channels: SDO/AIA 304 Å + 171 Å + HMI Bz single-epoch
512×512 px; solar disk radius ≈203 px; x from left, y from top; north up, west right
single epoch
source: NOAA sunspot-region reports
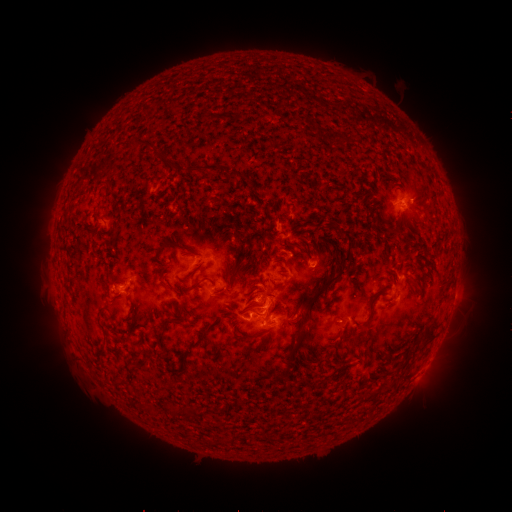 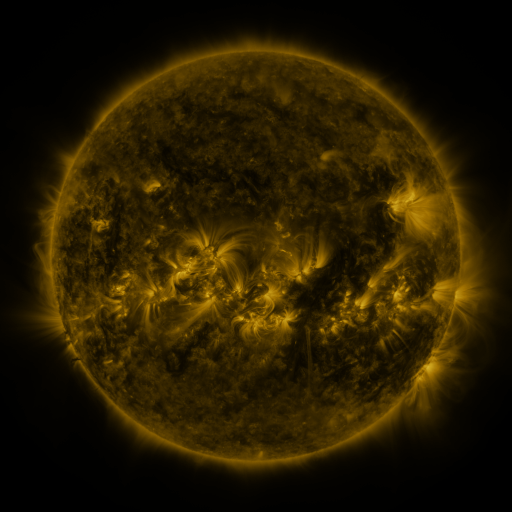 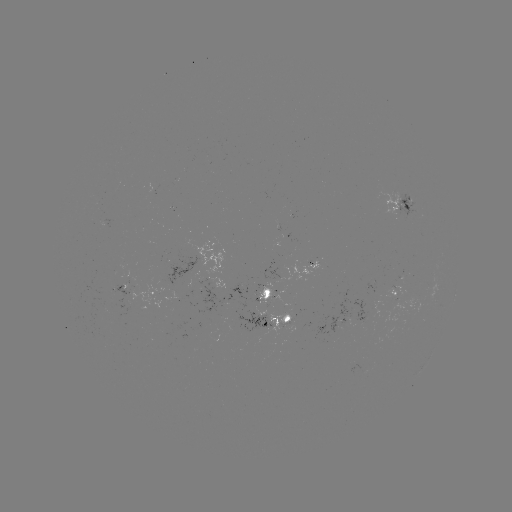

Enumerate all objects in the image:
spotted active region: (399, 200)
spotted active region: (193, 262)
spotted active region: (318, 262)
spotted active region: (458, 277)
spotted active region: (396, 284)
spotted active region: (266, 293)
spotted active region: (155, 295)
spotted active region: (272, 317)
spotted active region: (430, 360)
